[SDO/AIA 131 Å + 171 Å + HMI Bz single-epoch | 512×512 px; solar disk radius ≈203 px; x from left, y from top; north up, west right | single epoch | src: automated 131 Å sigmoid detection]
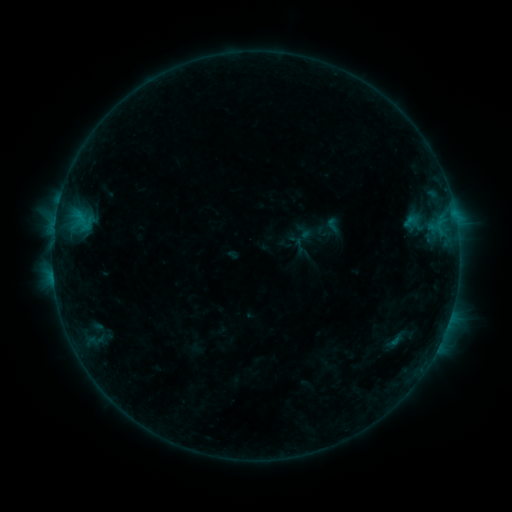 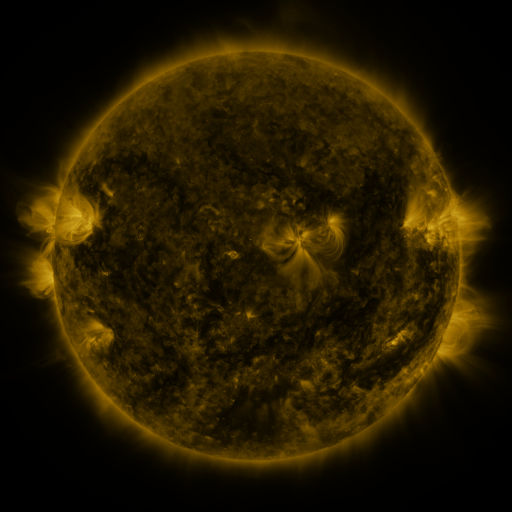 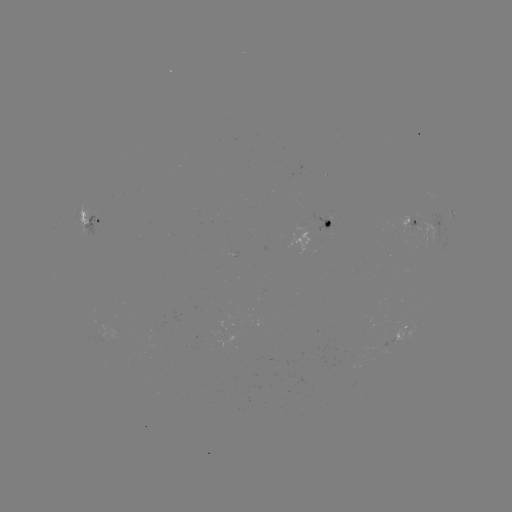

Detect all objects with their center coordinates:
sigmoid: (333, 225)
